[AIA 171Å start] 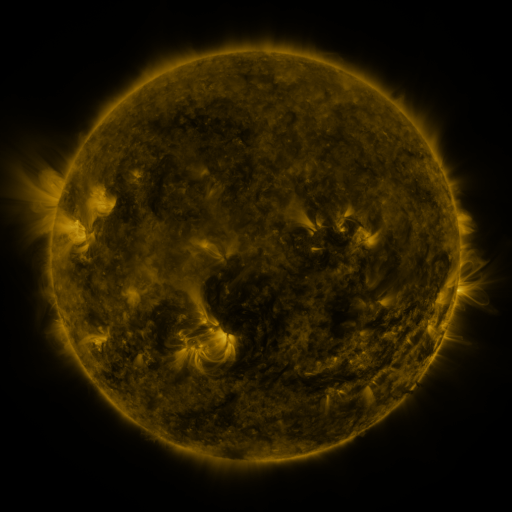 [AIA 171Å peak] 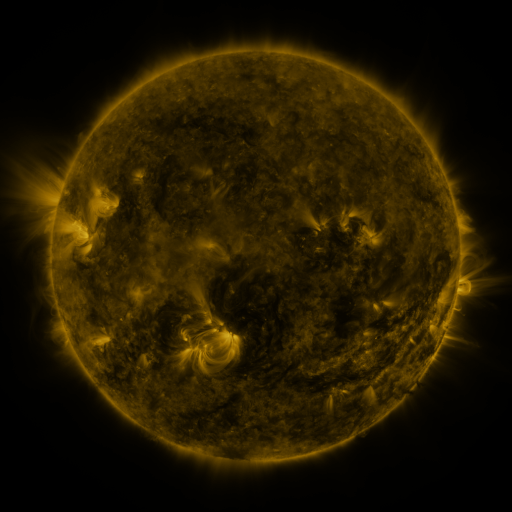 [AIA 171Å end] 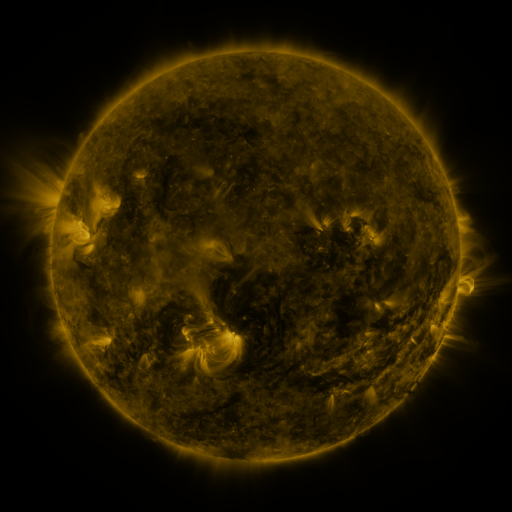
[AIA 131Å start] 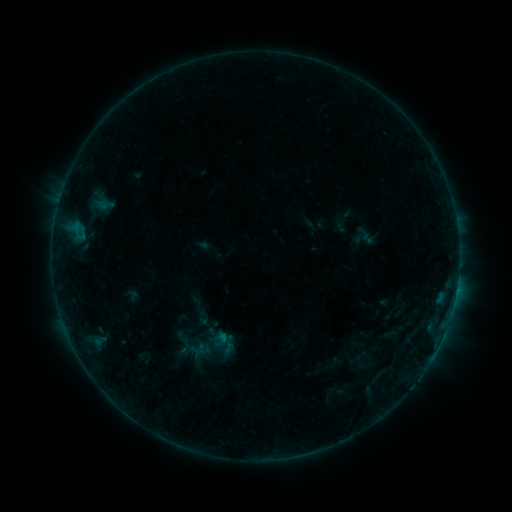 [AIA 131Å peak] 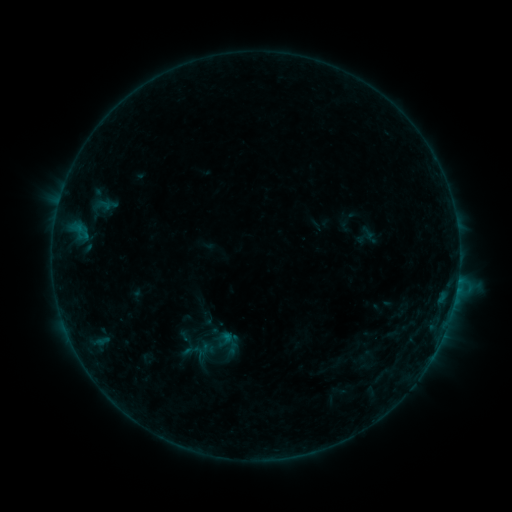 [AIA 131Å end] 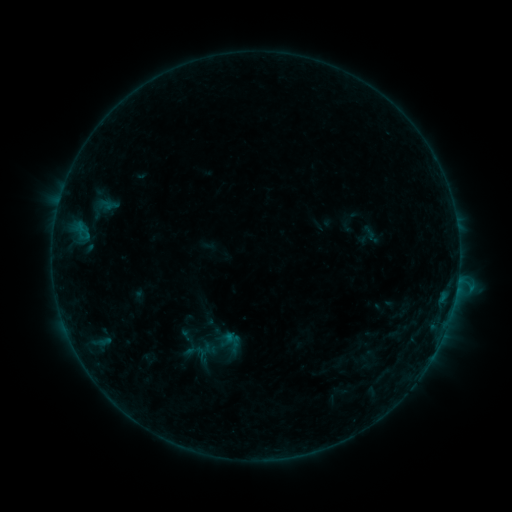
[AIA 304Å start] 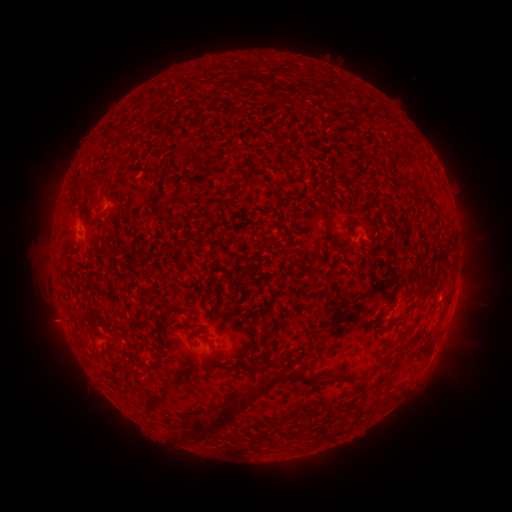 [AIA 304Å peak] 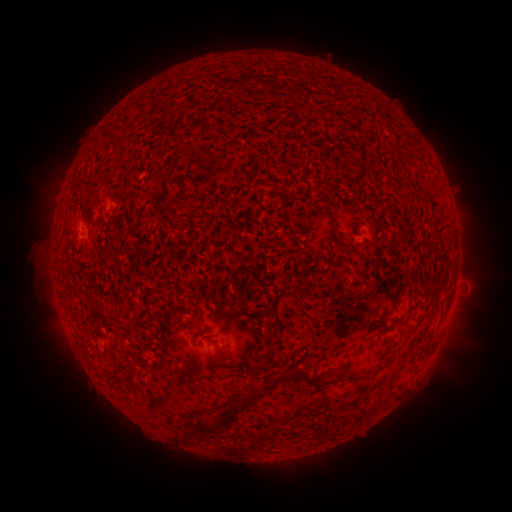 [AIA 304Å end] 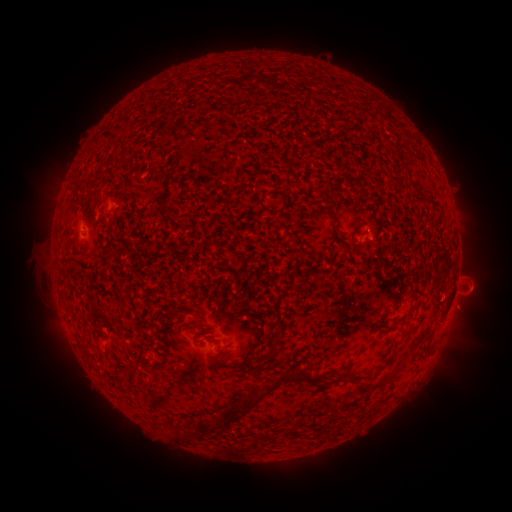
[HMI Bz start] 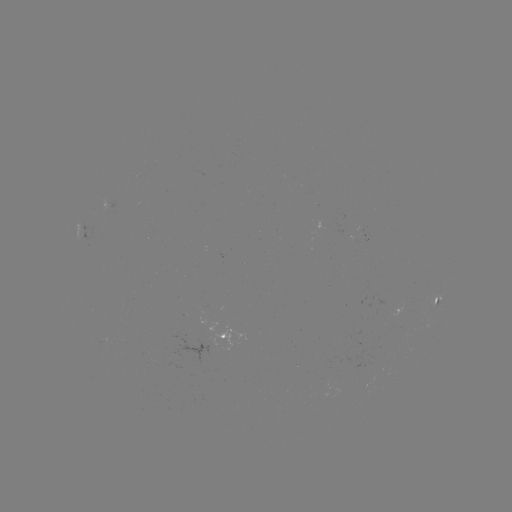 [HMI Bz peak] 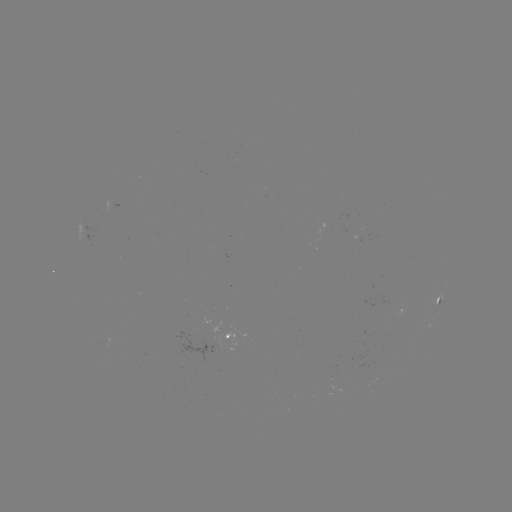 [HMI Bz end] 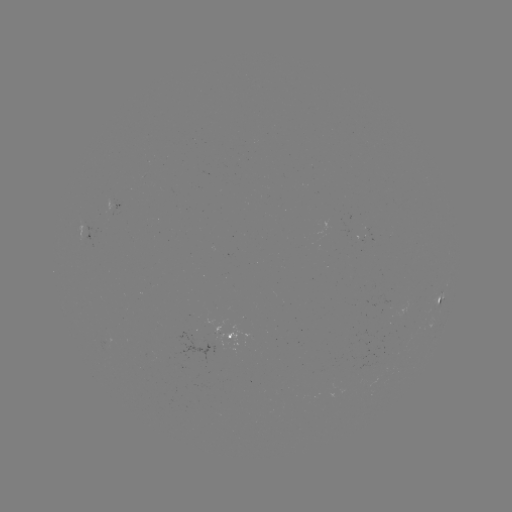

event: flare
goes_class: B4.9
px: (458, 277)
